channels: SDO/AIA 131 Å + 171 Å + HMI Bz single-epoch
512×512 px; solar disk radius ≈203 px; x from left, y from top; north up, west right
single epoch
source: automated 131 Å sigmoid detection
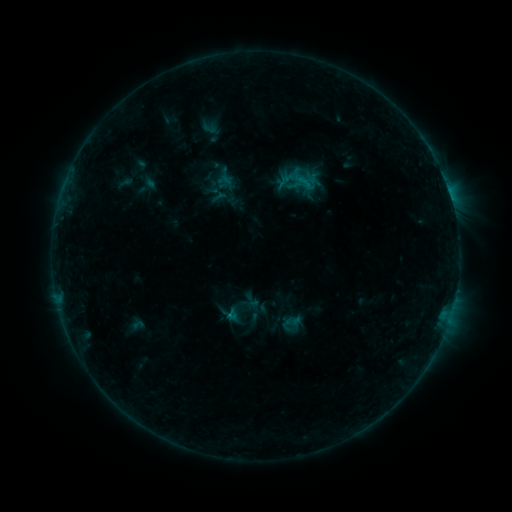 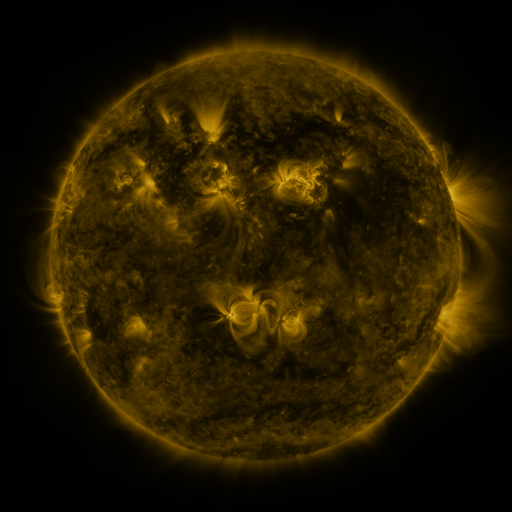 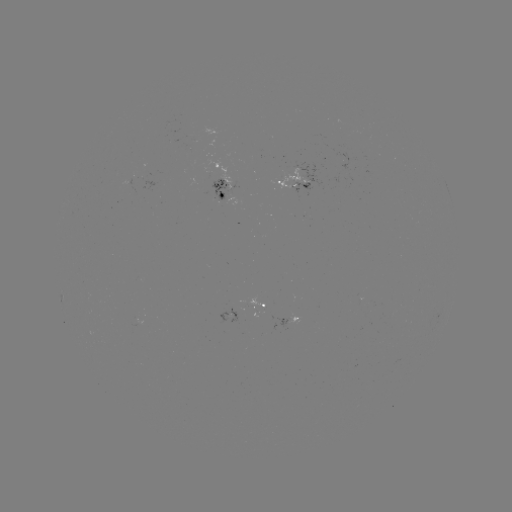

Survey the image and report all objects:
sigmoid: (292, 325)
